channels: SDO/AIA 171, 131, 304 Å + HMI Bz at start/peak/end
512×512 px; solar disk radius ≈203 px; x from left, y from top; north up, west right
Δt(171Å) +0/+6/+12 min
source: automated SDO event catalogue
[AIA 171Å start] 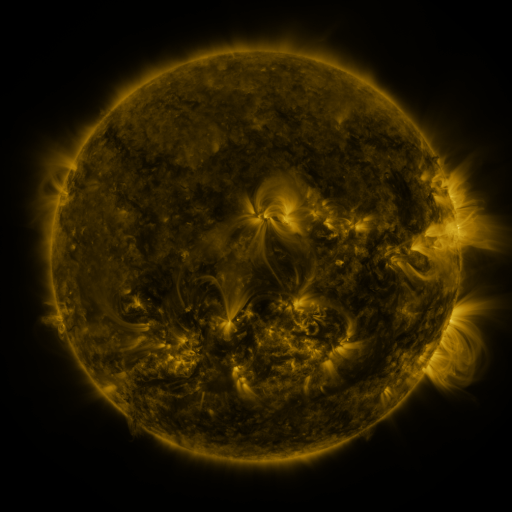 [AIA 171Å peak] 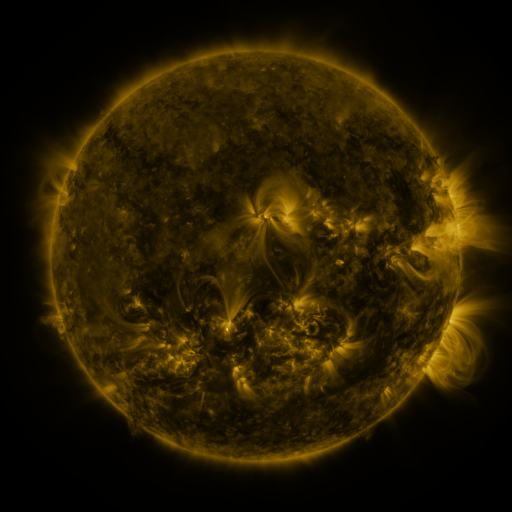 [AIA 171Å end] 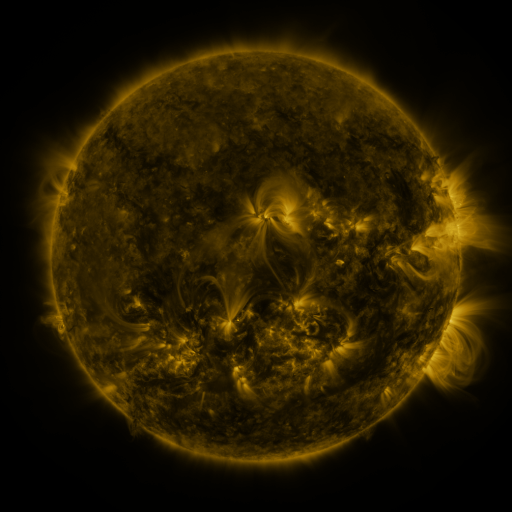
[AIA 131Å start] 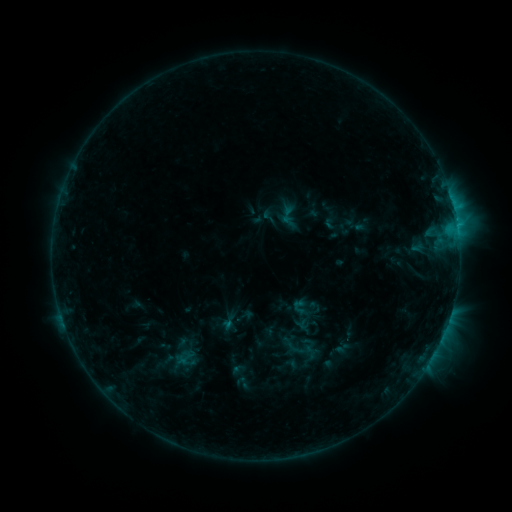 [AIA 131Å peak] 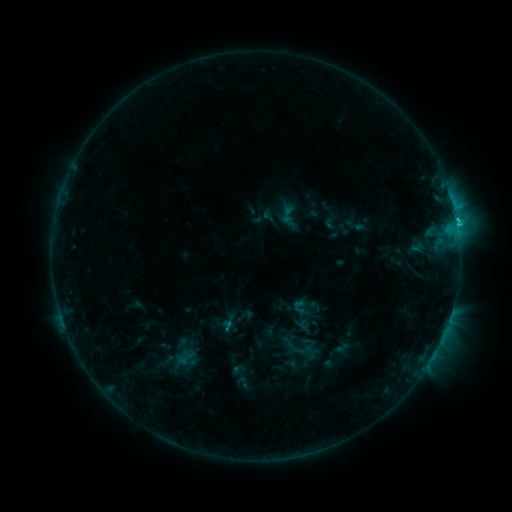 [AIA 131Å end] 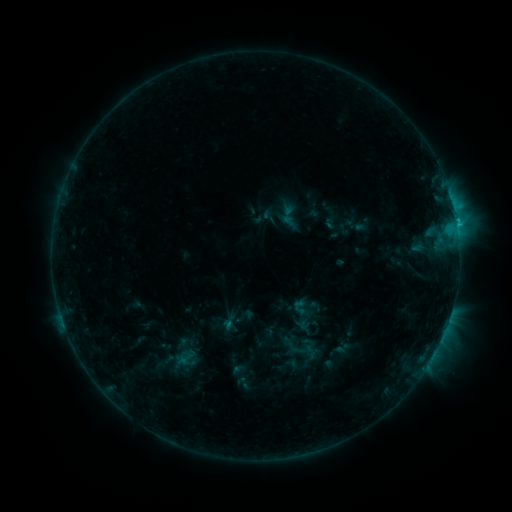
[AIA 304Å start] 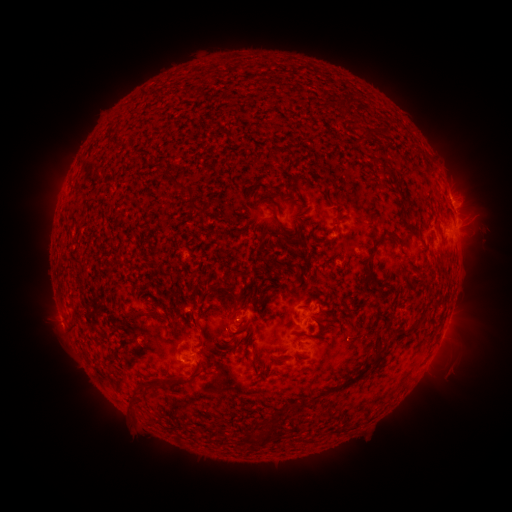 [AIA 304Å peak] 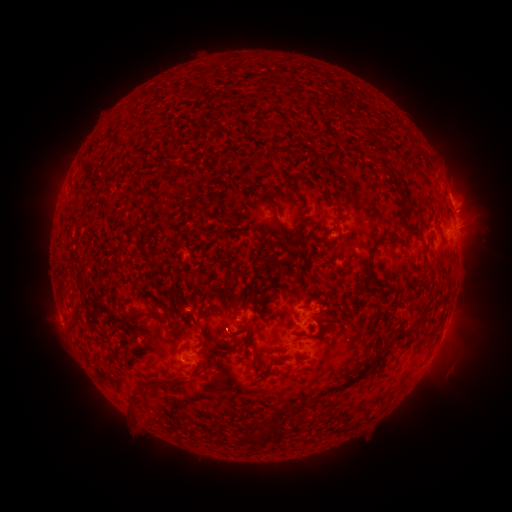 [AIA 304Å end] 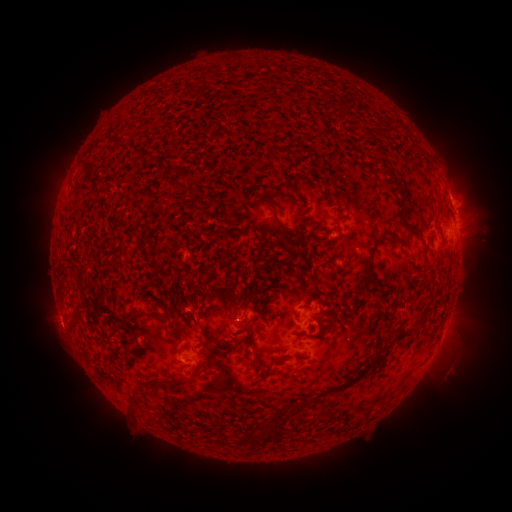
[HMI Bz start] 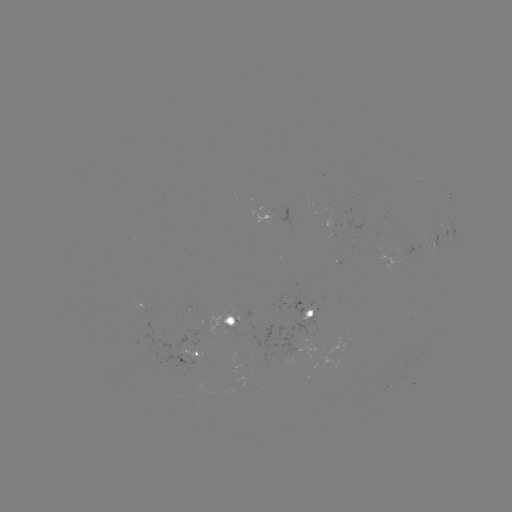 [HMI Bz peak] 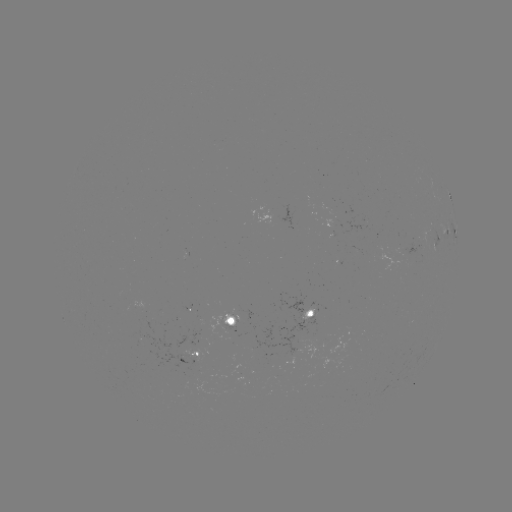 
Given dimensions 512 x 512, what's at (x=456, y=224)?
C2.3 flare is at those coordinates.